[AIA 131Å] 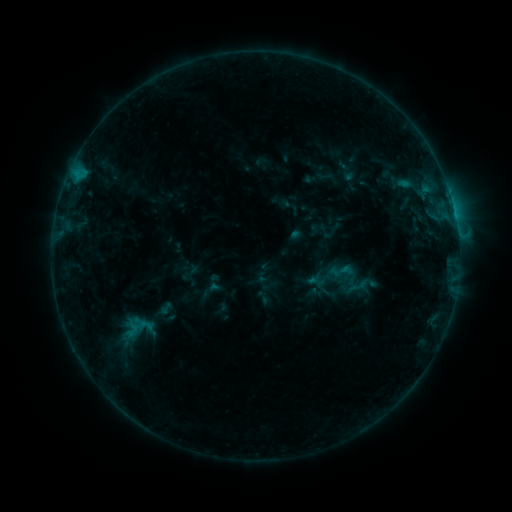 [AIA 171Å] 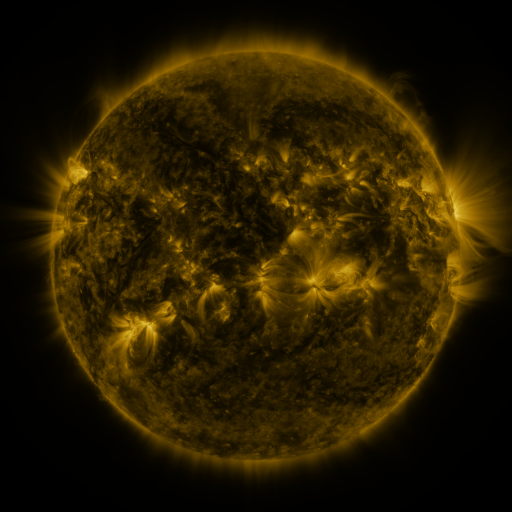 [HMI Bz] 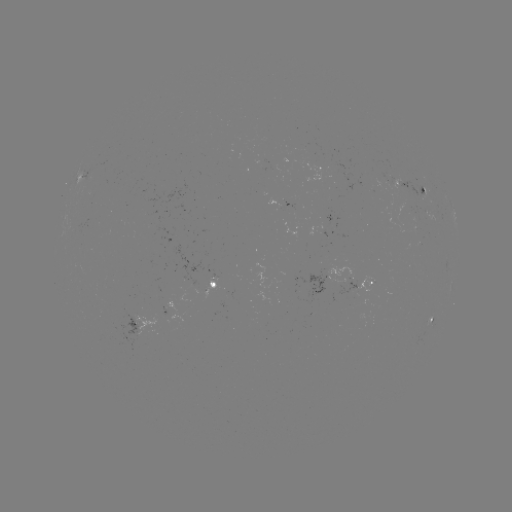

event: sigmoid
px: (341, 271)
